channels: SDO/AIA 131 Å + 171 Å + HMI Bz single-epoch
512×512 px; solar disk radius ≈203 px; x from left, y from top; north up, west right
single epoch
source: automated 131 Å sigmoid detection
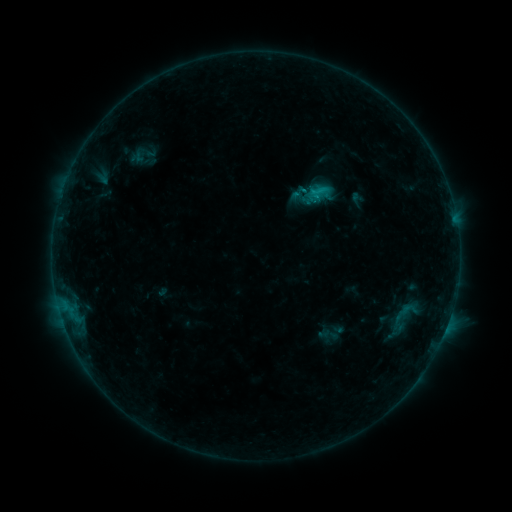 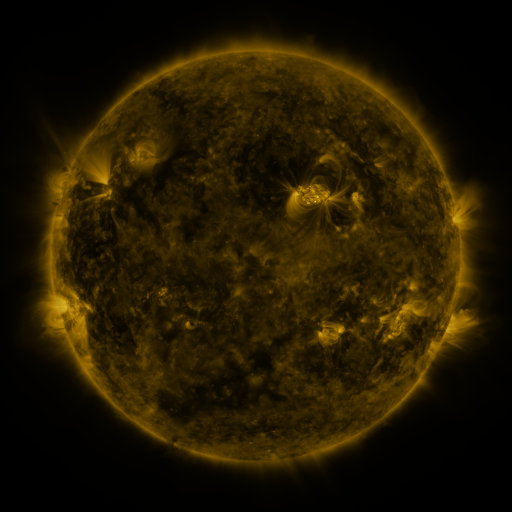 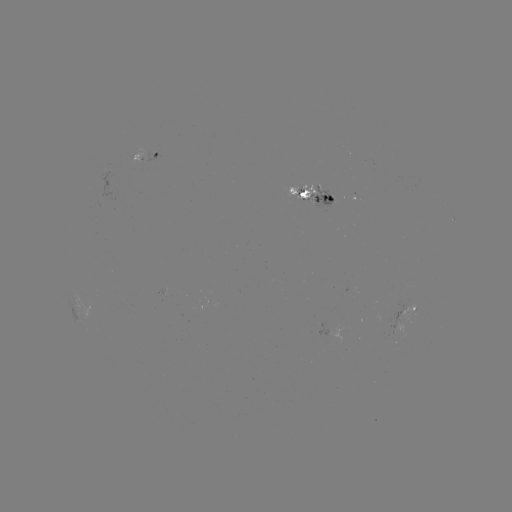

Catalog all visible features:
sigmoid: [291, 183, 310, 201]
sigmoid: [379, 291, 427, 347]
